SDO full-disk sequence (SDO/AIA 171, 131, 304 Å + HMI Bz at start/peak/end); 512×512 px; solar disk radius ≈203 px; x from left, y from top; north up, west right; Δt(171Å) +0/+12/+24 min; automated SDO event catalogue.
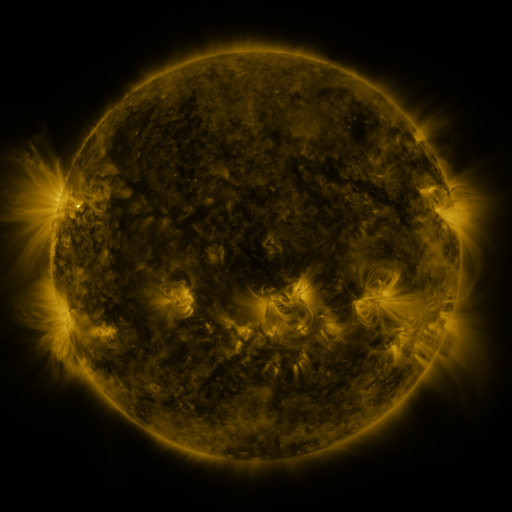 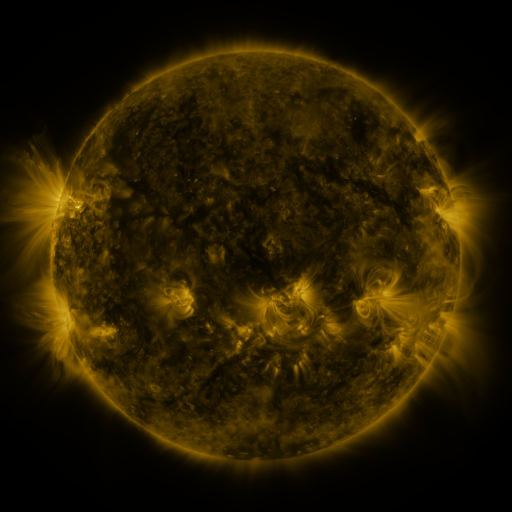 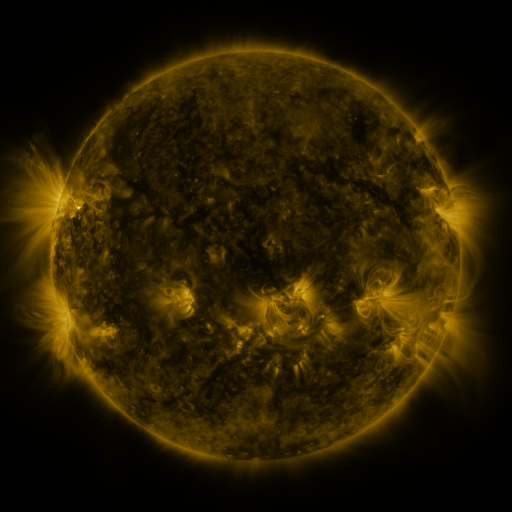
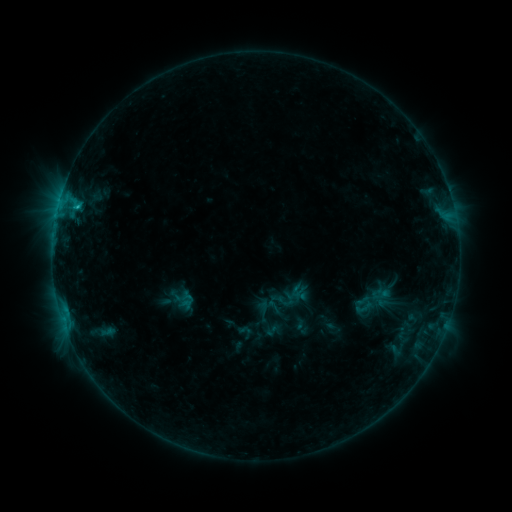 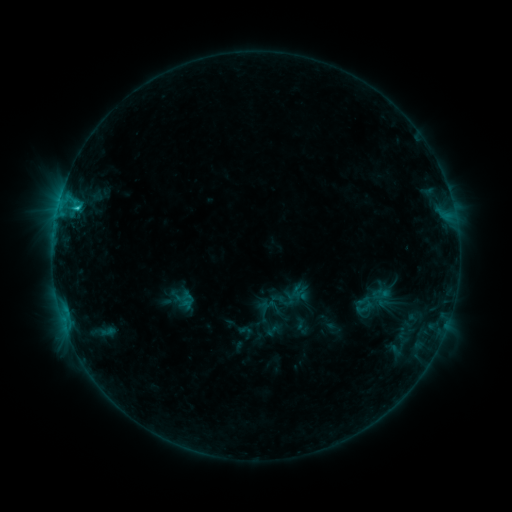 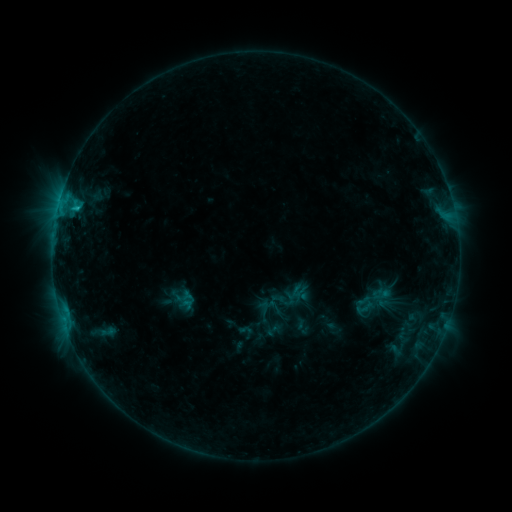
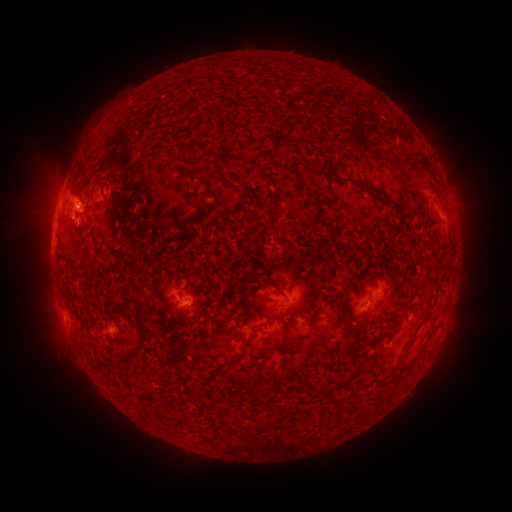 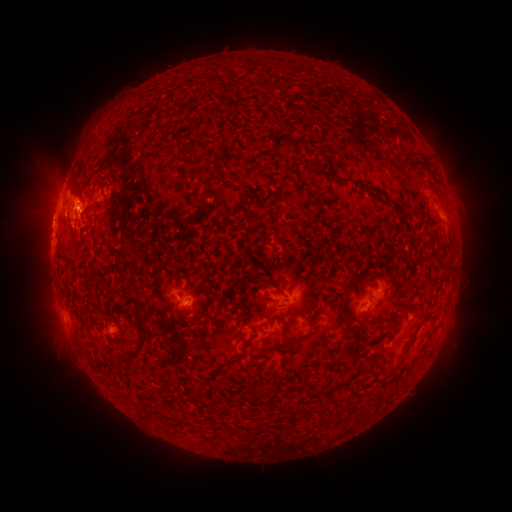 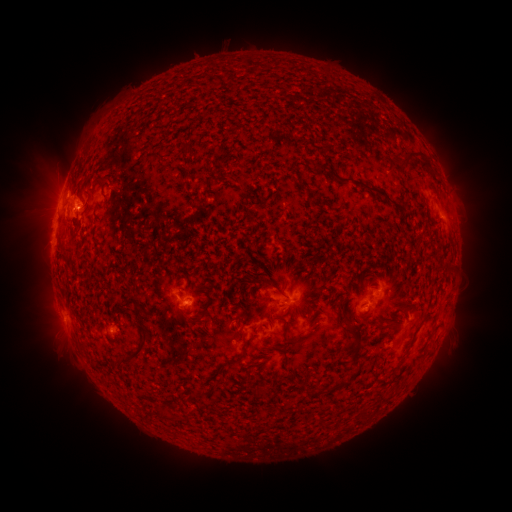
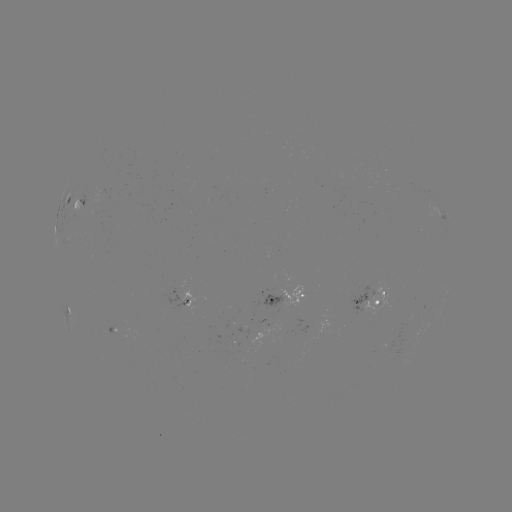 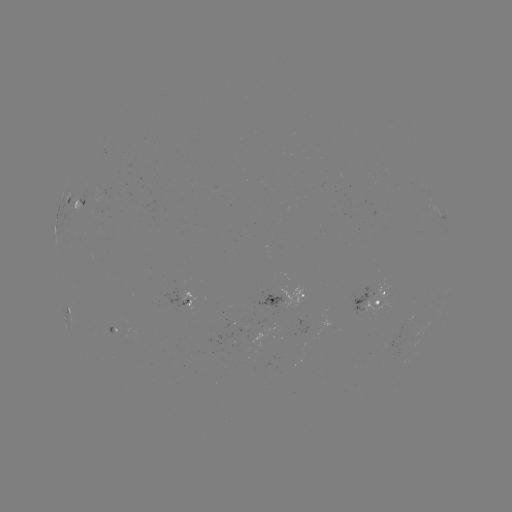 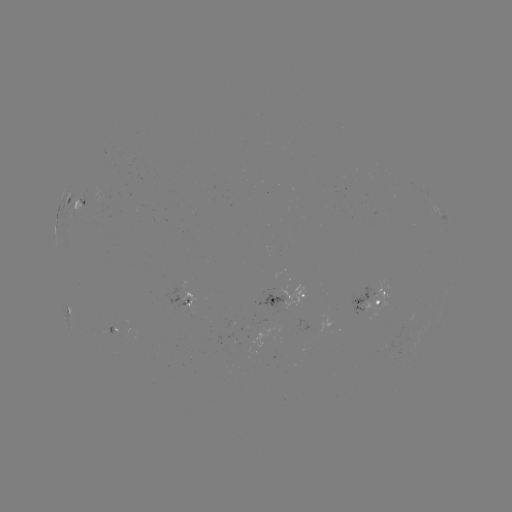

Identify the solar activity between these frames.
C1.2 flare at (77, 212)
